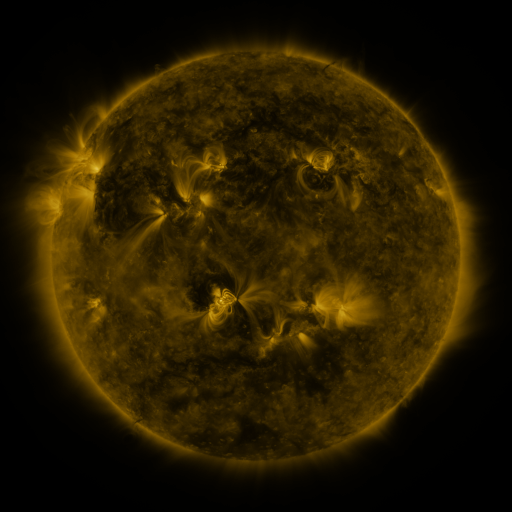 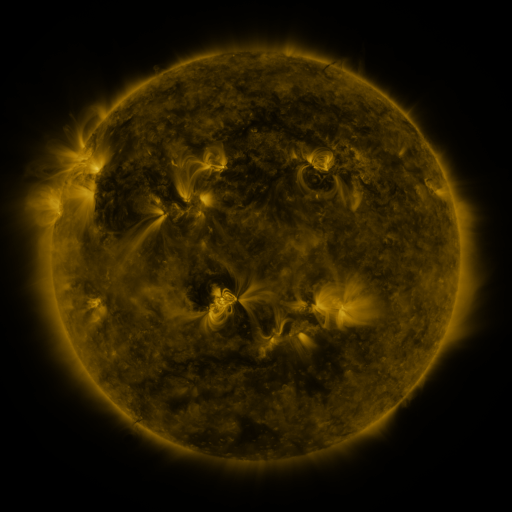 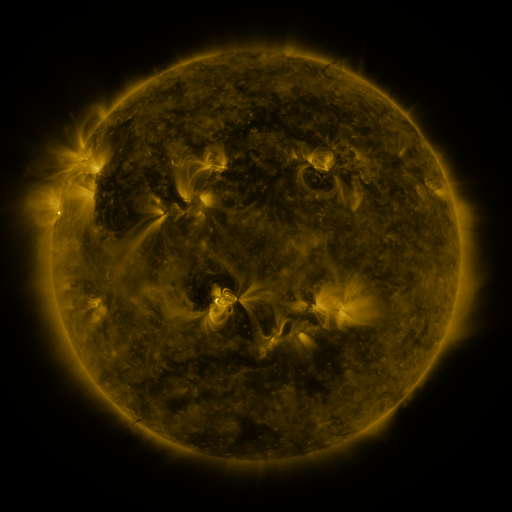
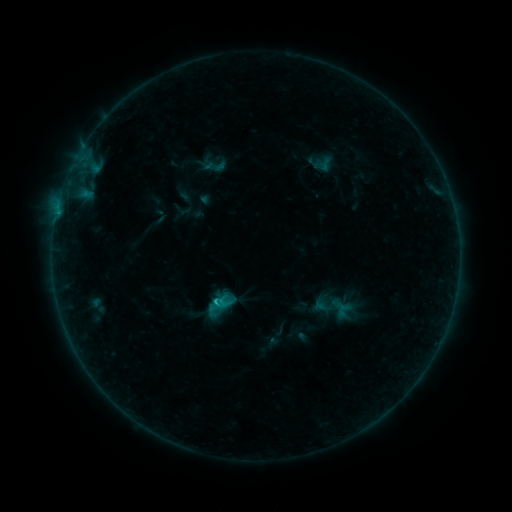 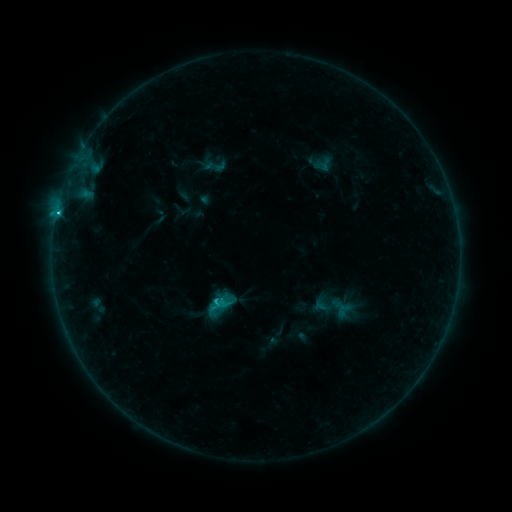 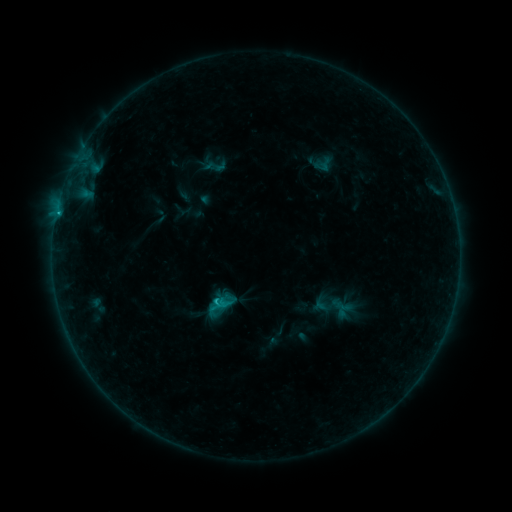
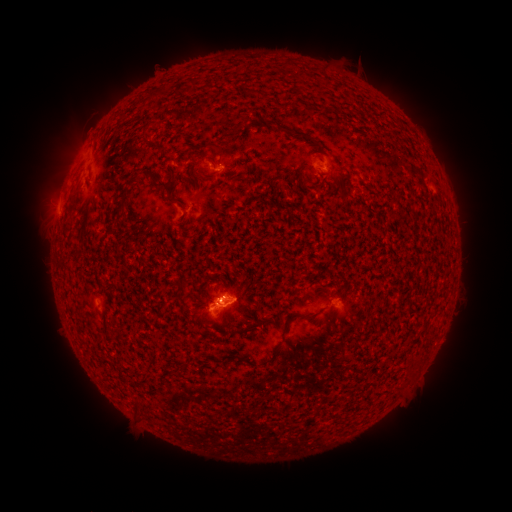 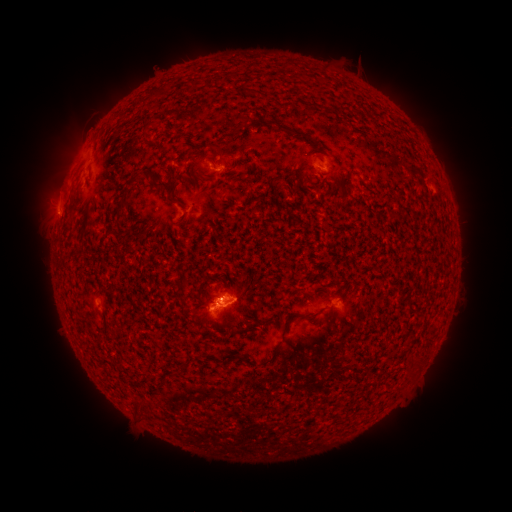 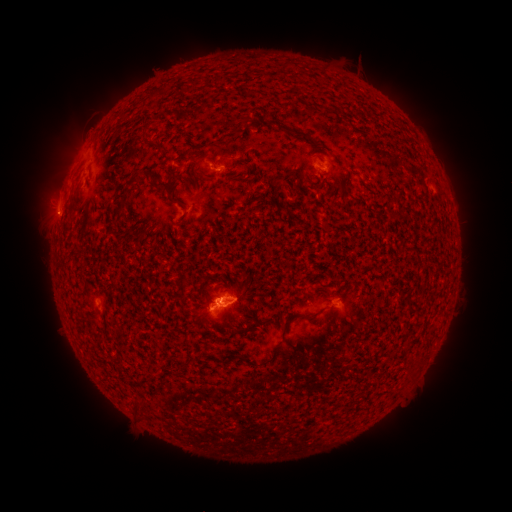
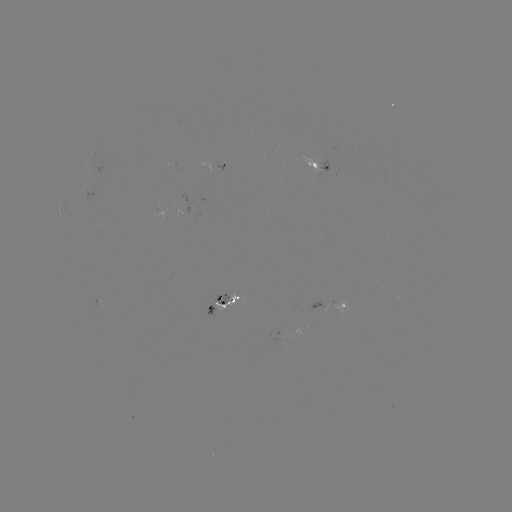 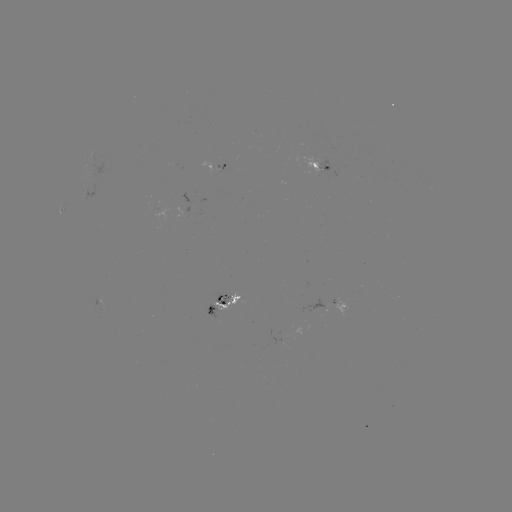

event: flare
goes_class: C1.4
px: (57, 214)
